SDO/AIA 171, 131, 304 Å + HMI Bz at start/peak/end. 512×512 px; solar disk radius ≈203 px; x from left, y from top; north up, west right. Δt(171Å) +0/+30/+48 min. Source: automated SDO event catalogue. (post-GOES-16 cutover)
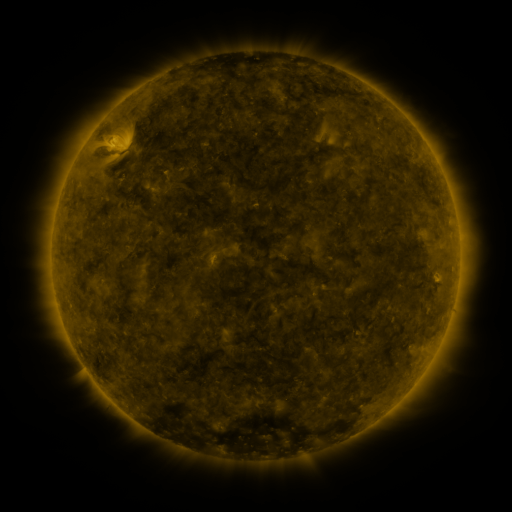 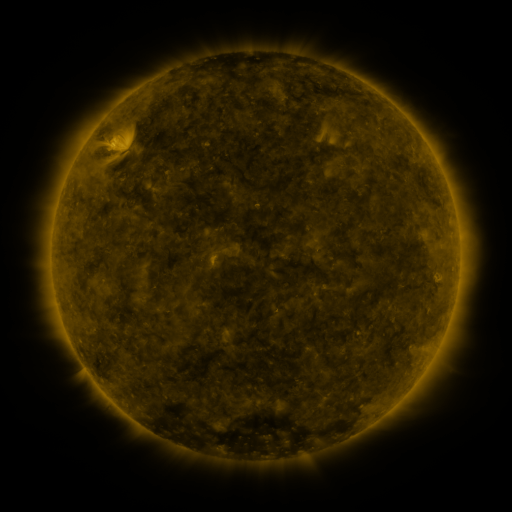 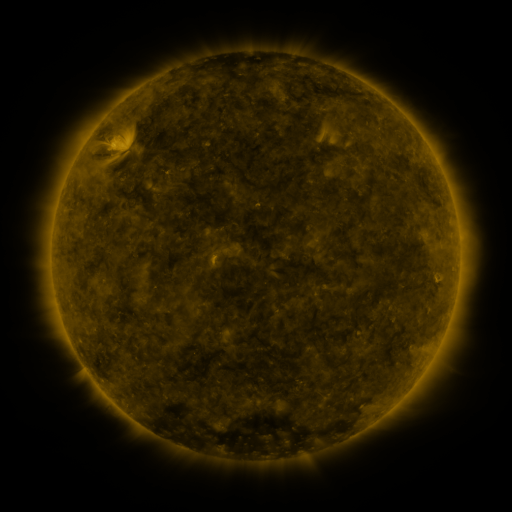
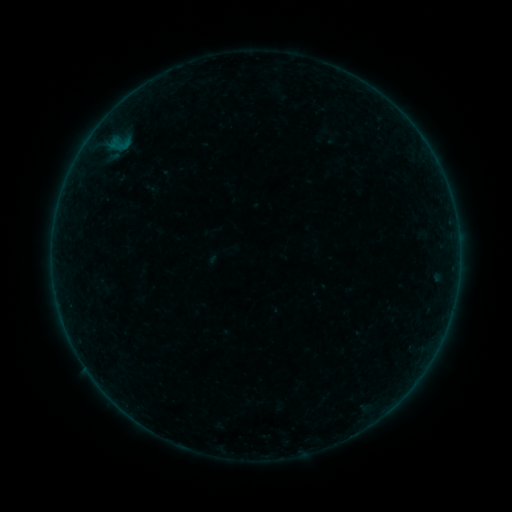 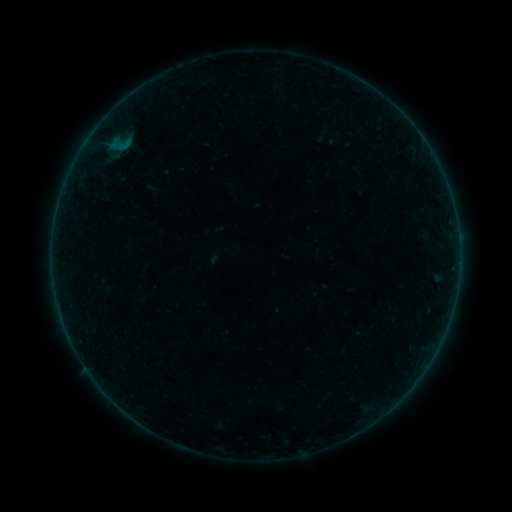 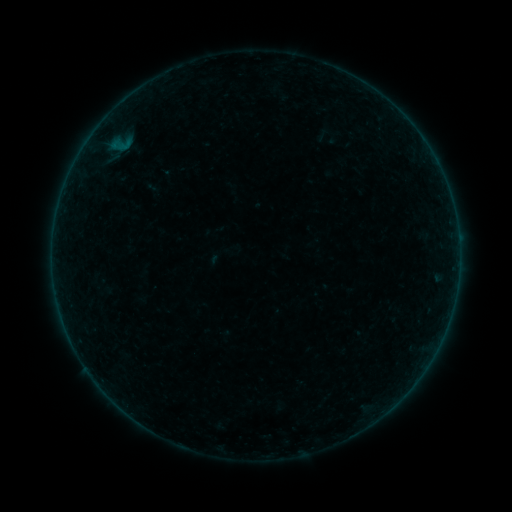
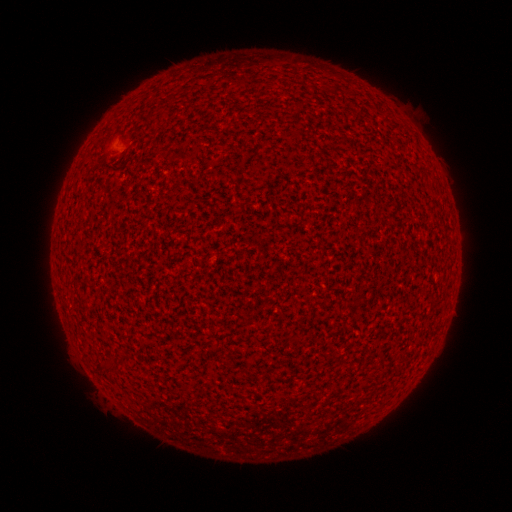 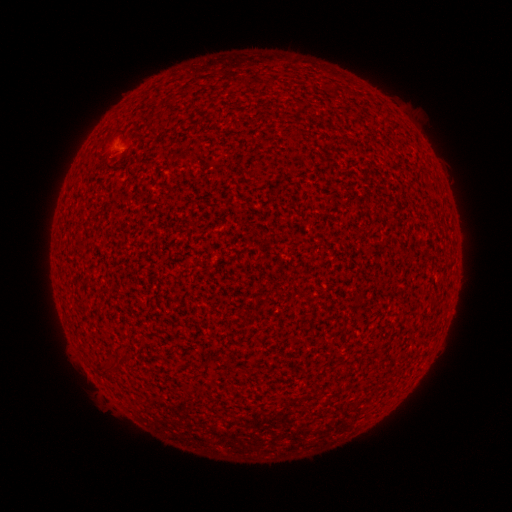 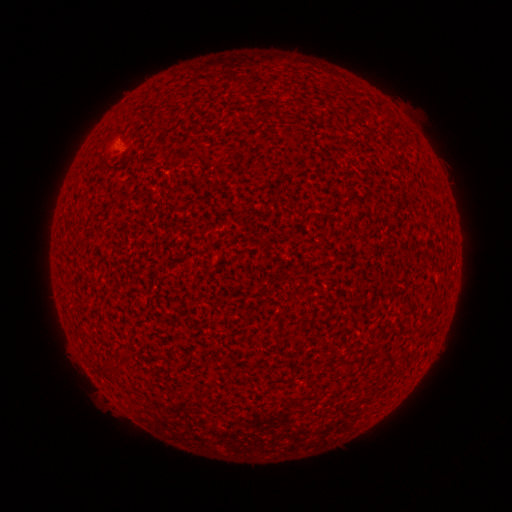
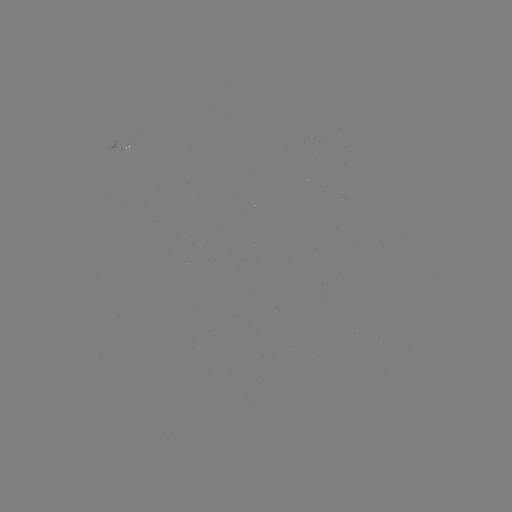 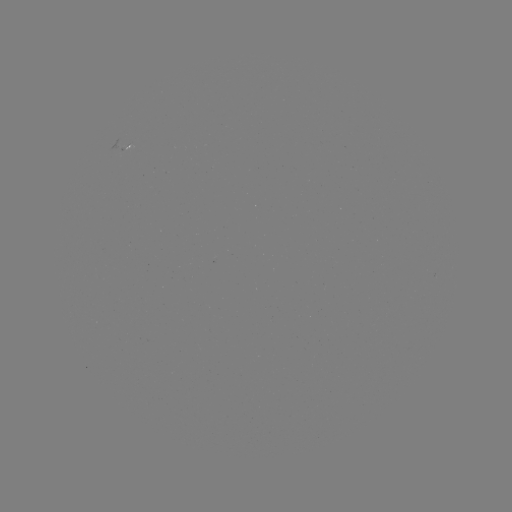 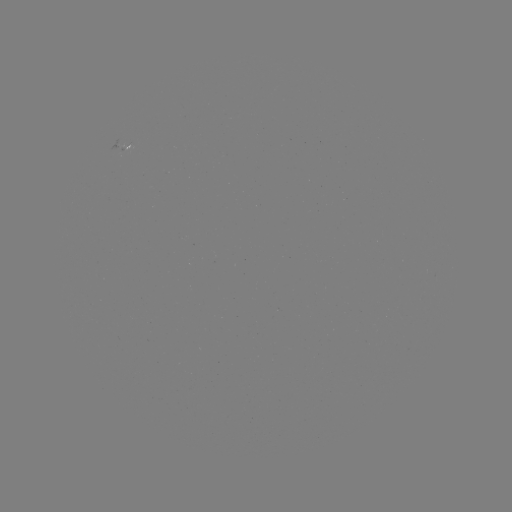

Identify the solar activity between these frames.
A2.6 flare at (121, 150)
